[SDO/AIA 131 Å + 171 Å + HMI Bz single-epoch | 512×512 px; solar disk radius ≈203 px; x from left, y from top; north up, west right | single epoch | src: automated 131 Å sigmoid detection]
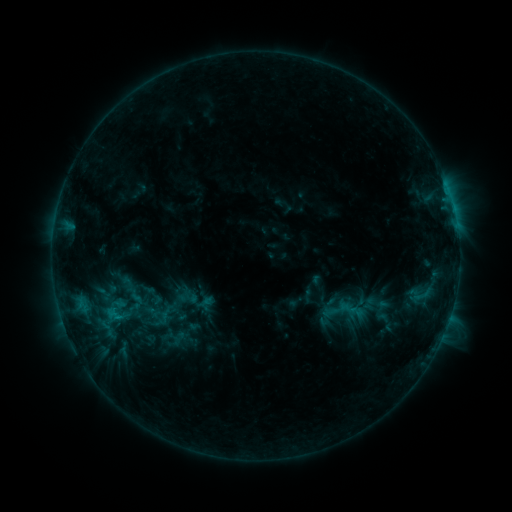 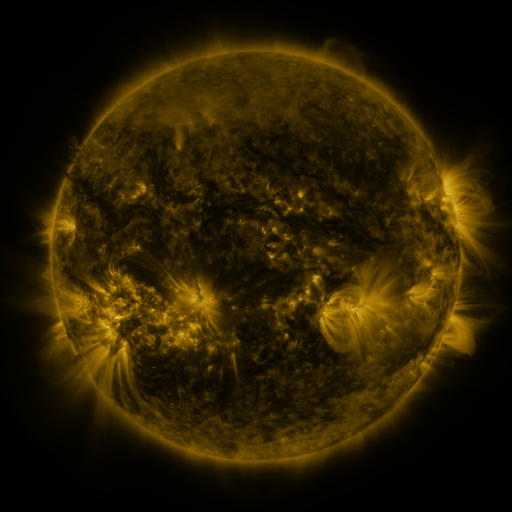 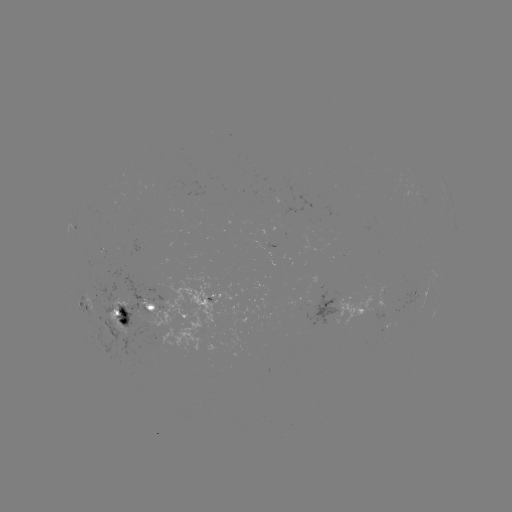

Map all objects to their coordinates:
sigmoid: (113, 315)
